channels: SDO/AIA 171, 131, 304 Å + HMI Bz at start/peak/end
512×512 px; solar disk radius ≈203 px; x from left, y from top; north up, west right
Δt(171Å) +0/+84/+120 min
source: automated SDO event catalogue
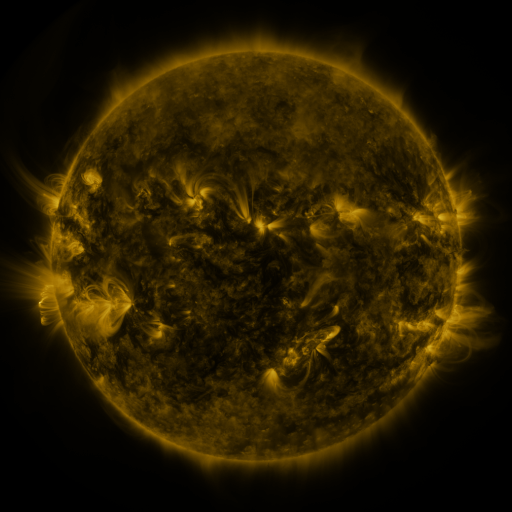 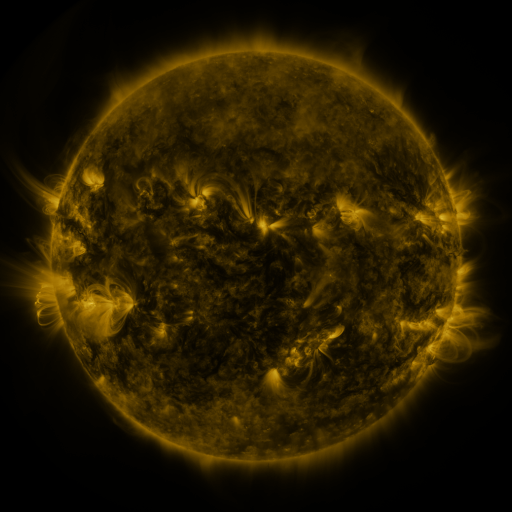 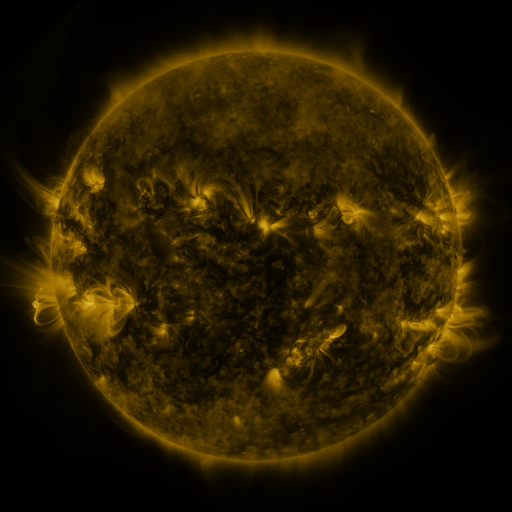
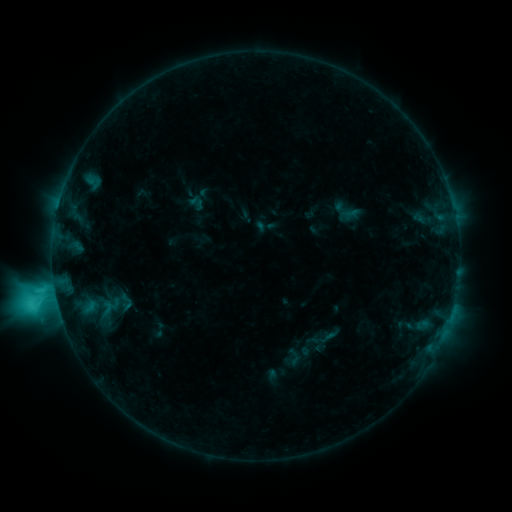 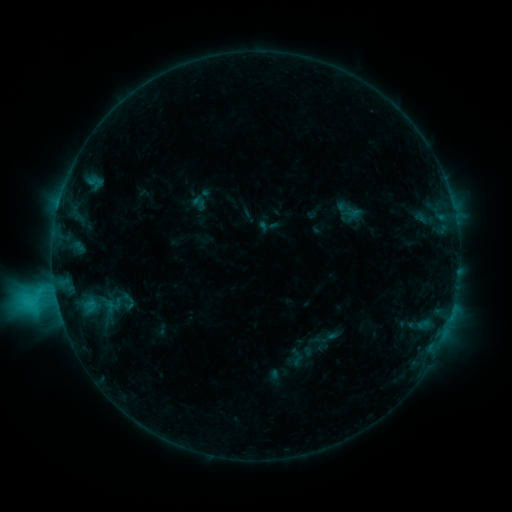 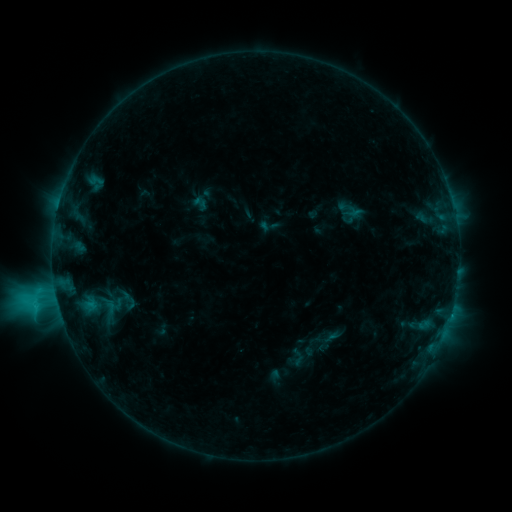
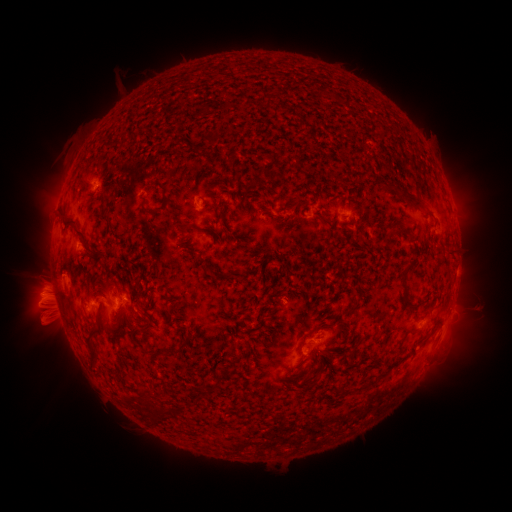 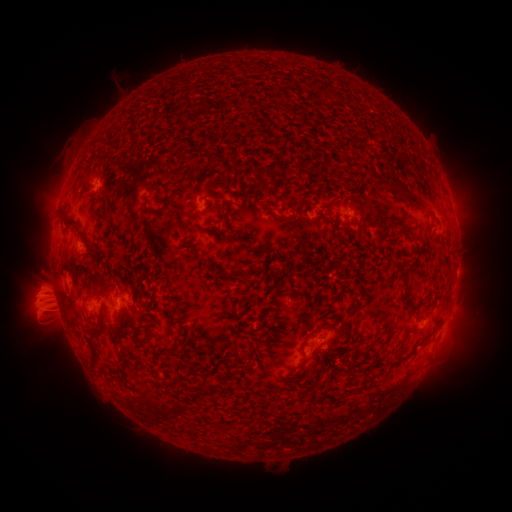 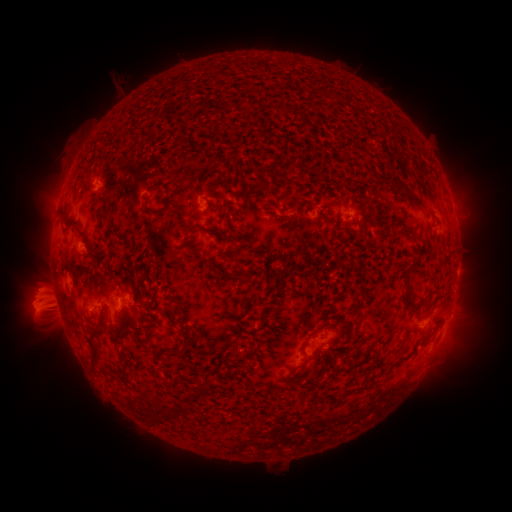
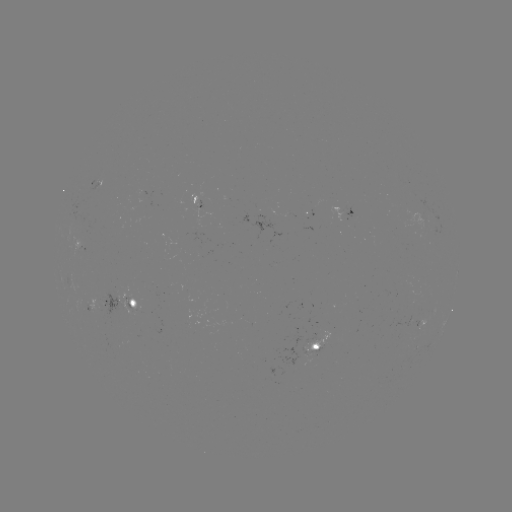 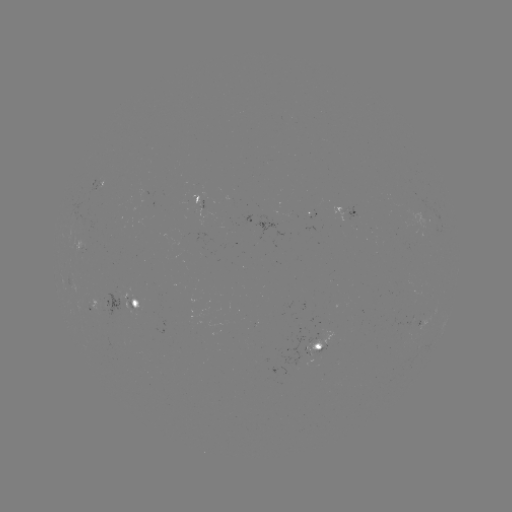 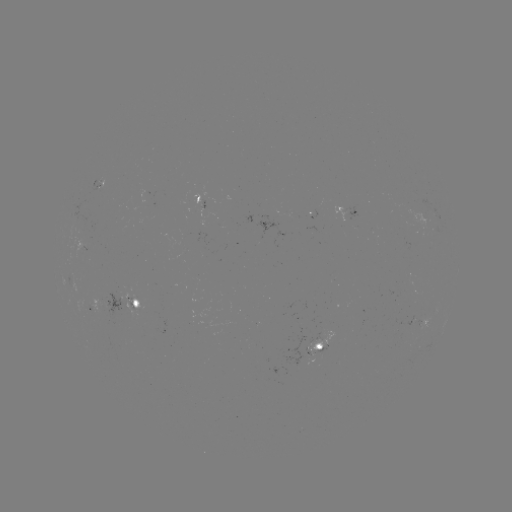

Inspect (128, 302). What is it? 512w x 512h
emerging-flux region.